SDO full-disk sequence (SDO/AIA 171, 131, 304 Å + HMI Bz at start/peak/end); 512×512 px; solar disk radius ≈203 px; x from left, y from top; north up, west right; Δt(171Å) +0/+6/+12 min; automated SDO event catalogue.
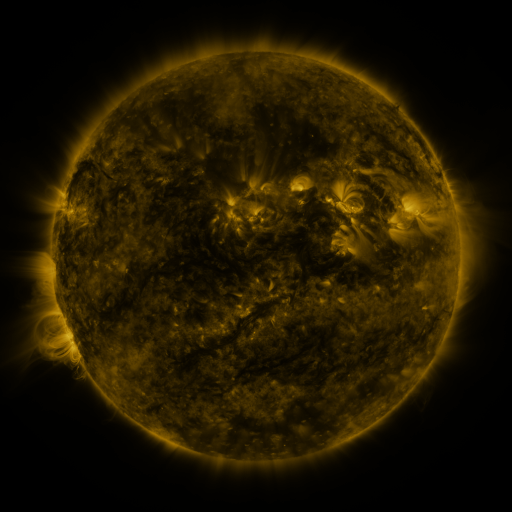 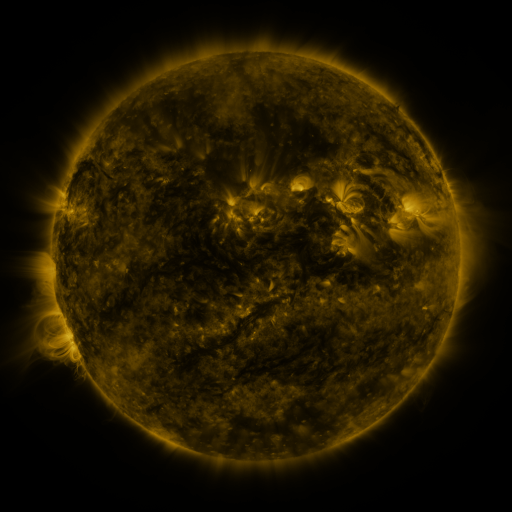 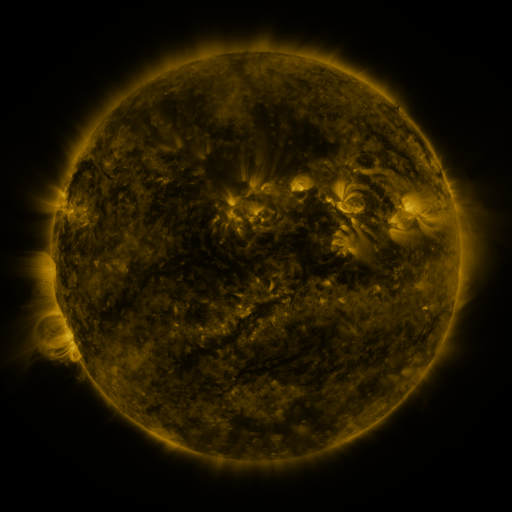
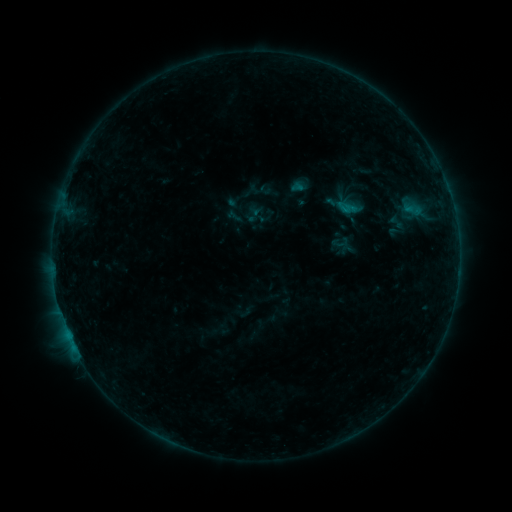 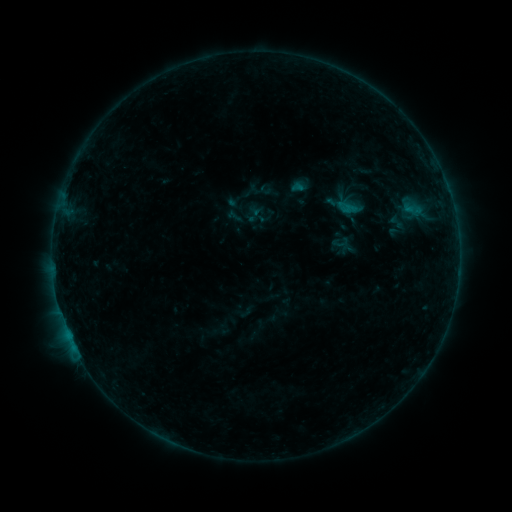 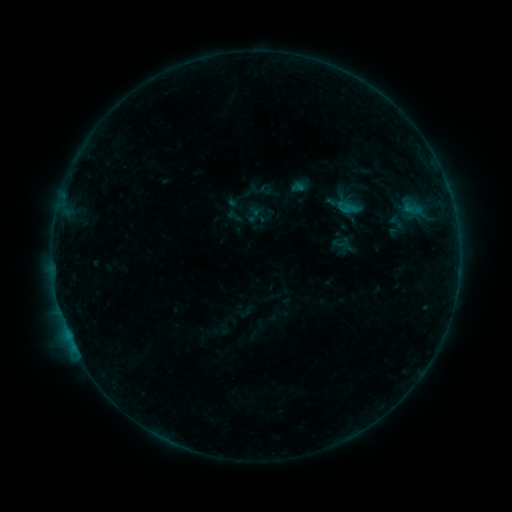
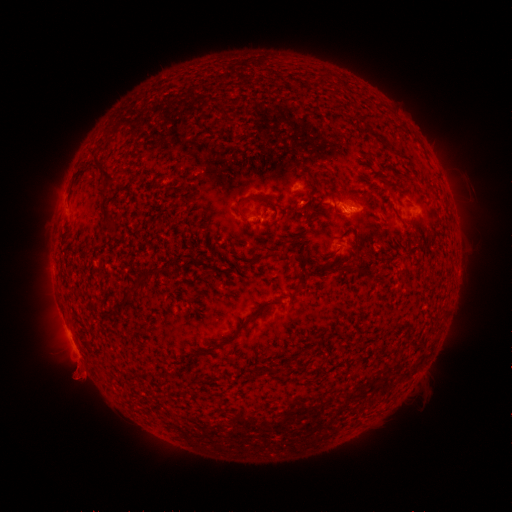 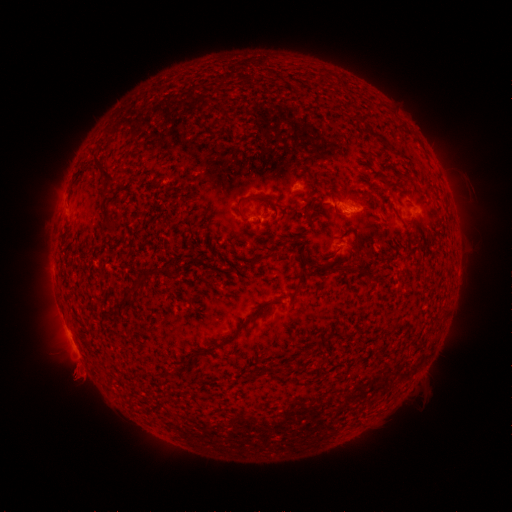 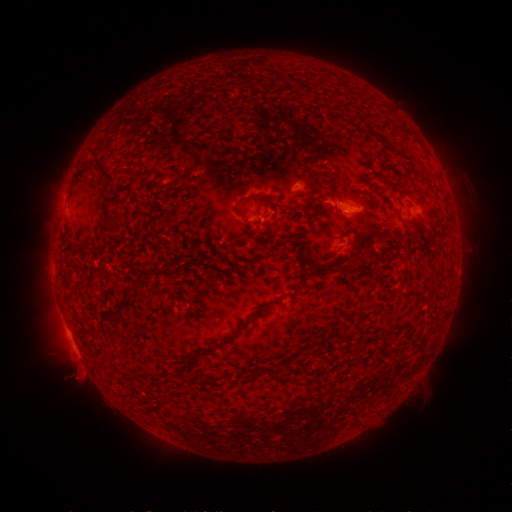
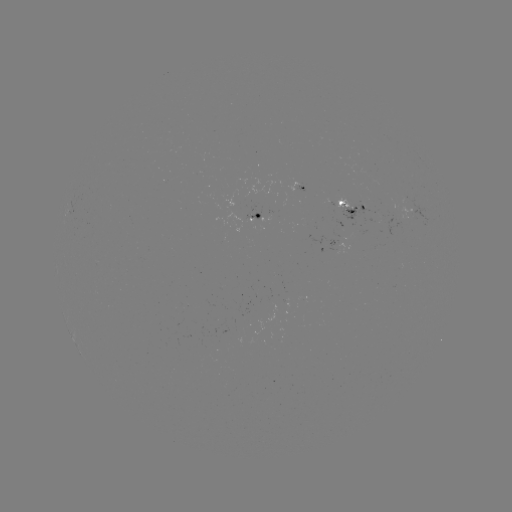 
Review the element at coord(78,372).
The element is eruption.